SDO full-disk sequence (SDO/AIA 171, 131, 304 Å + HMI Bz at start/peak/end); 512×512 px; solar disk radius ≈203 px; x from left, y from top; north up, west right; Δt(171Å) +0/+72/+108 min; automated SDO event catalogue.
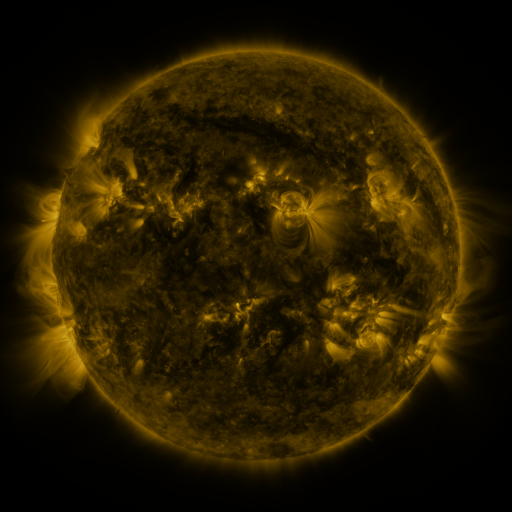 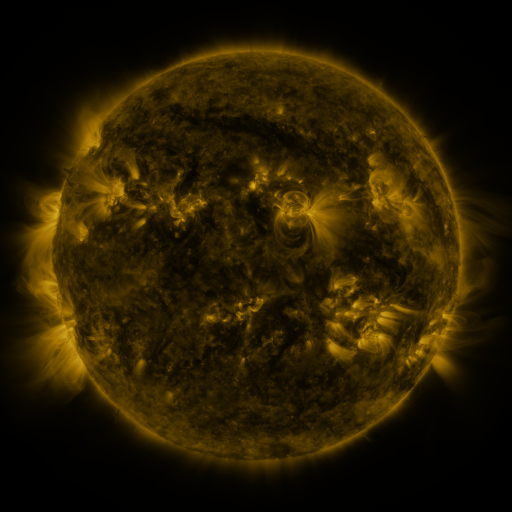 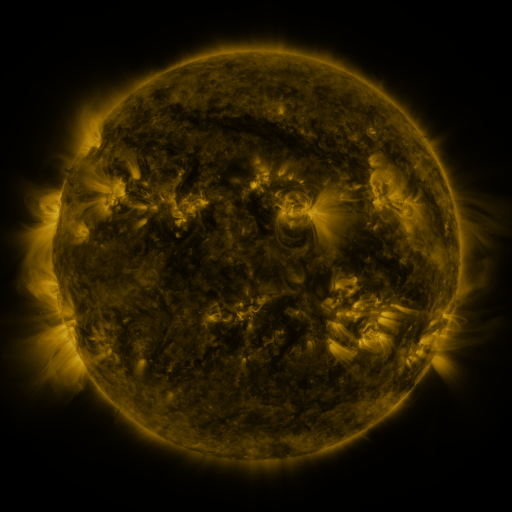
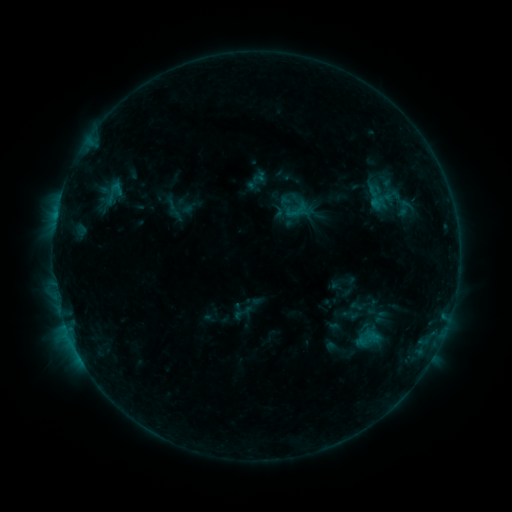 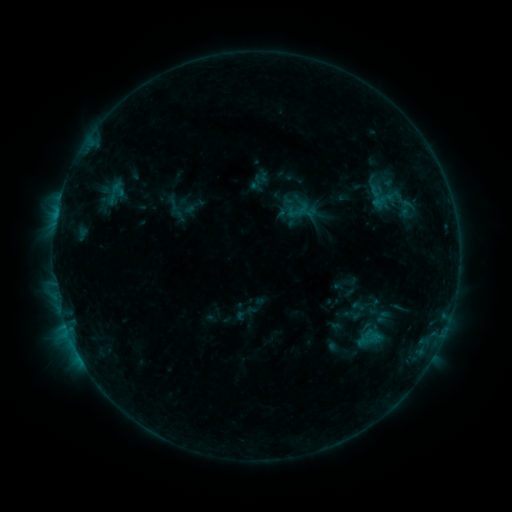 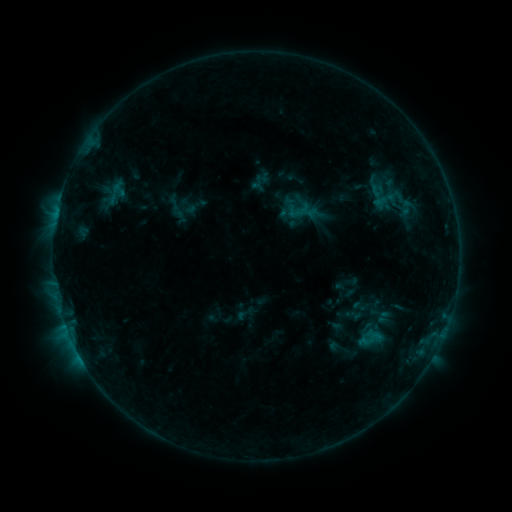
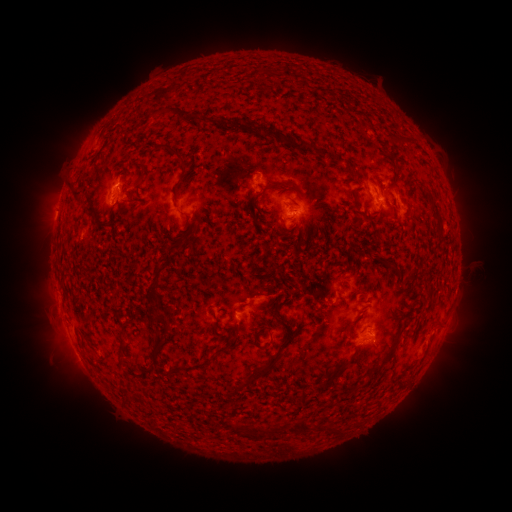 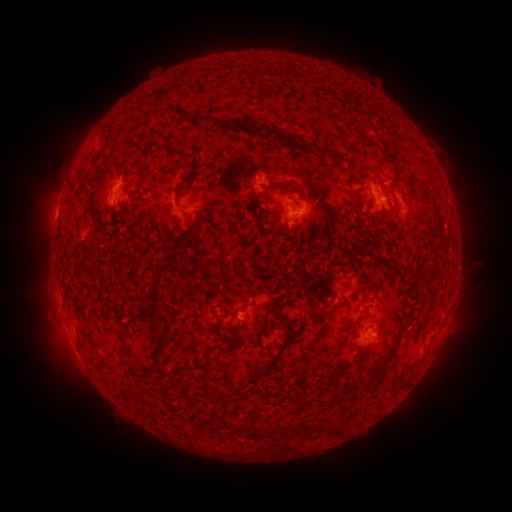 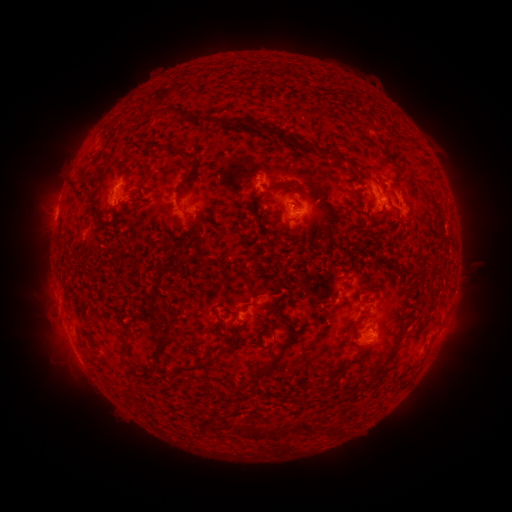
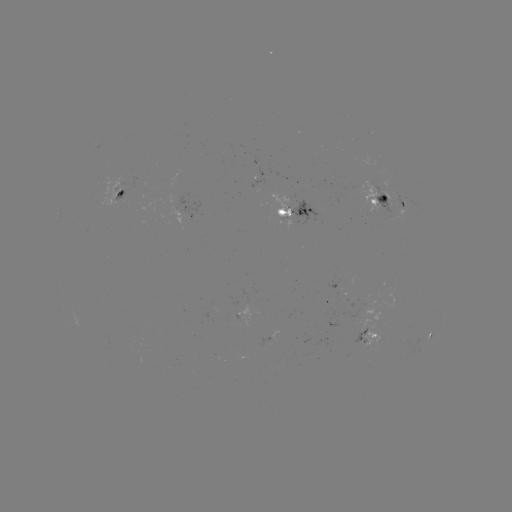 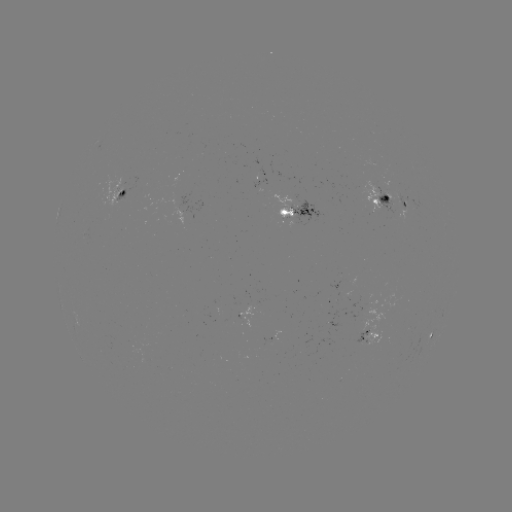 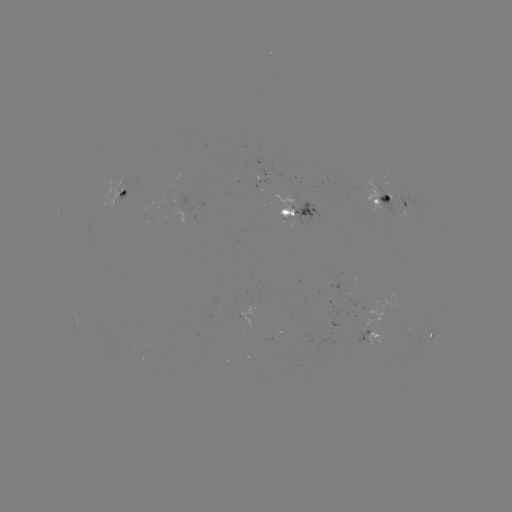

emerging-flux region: <bbox>356, 328, 369, 344</bbox>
